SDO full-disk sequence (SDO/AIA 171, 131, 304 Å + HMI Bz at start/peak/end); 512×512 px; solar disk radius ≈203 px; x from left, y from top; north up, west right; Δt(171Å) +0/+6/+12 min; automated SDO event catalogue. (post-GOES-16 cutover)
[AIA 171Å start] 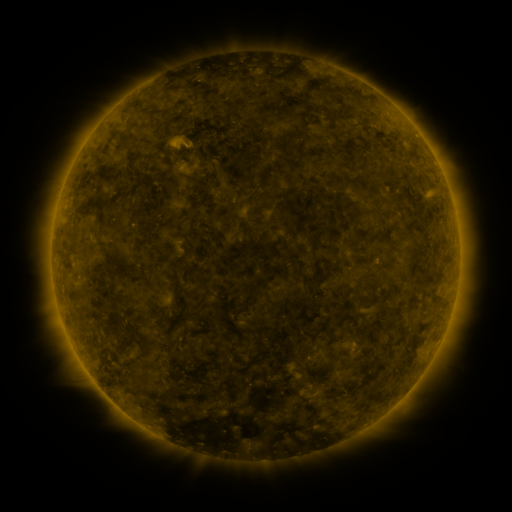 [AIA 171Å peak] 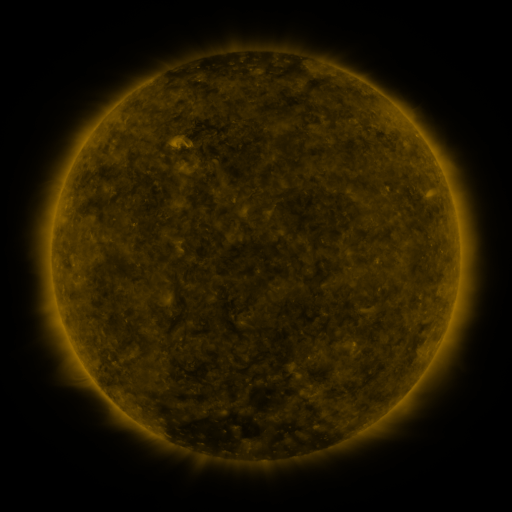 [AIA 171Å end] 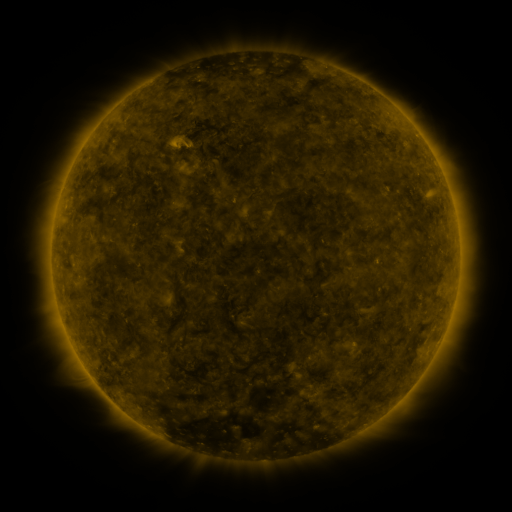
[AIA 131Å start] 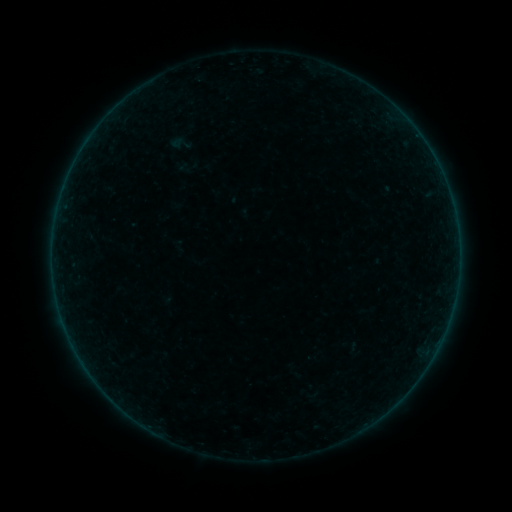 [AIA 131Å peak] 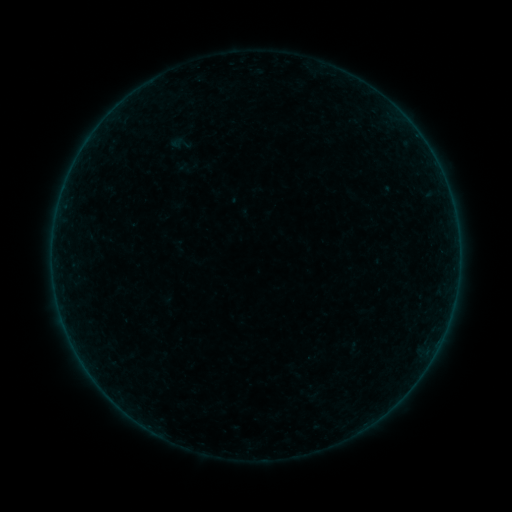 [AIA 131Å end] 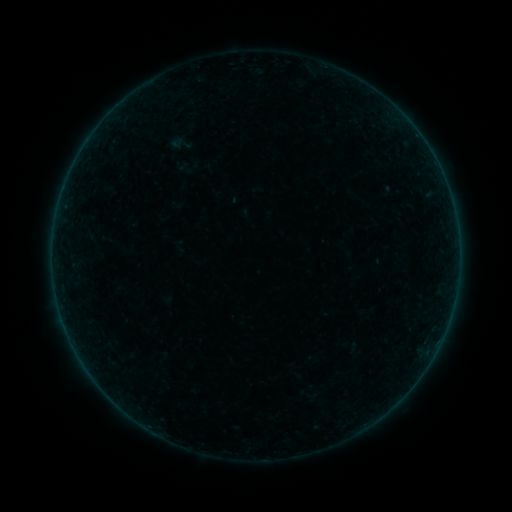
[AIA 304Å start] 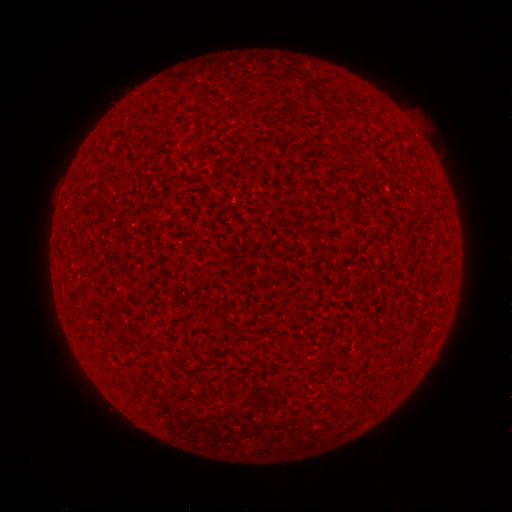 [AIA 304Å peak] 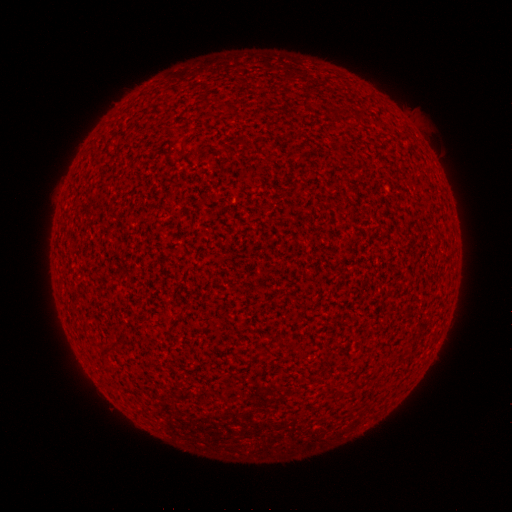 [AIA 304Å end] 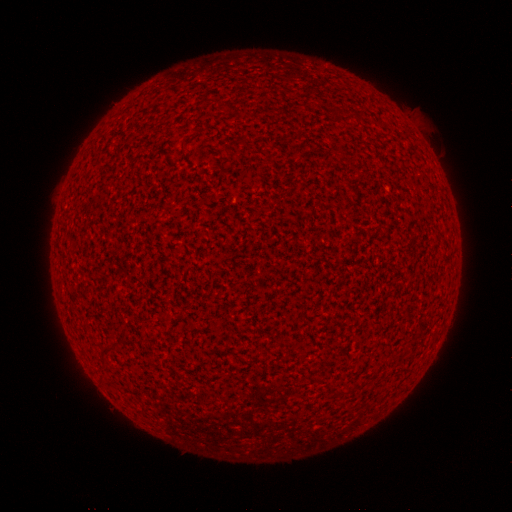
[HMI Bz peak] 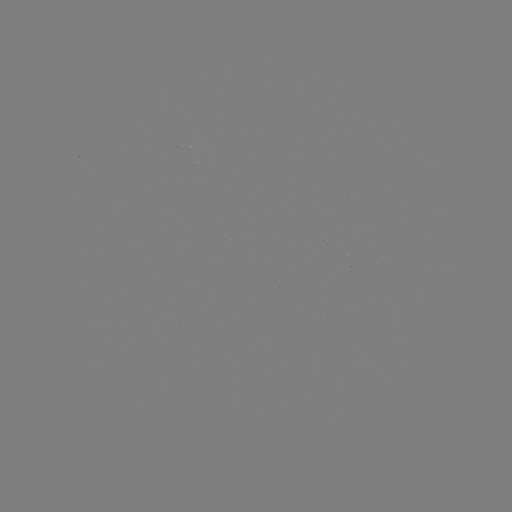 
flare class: A8.1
